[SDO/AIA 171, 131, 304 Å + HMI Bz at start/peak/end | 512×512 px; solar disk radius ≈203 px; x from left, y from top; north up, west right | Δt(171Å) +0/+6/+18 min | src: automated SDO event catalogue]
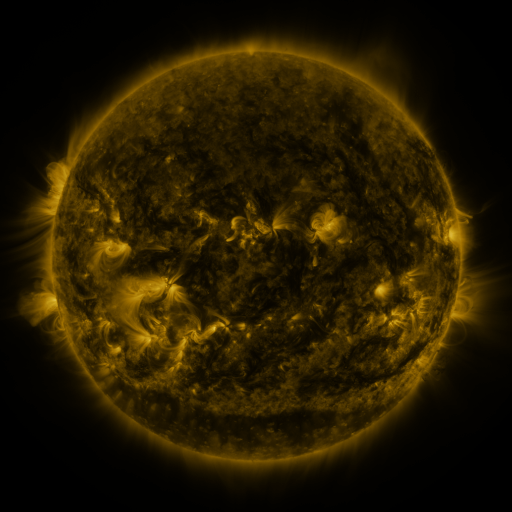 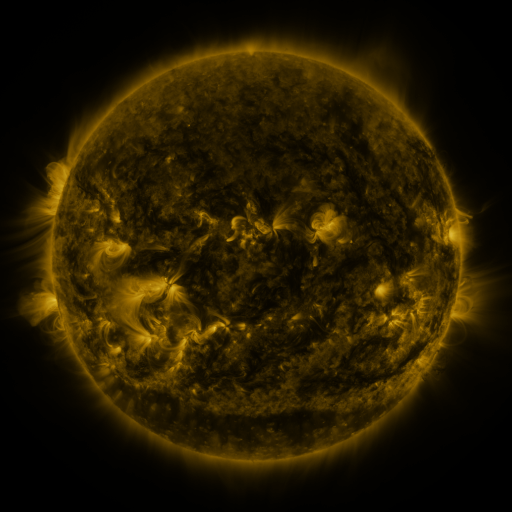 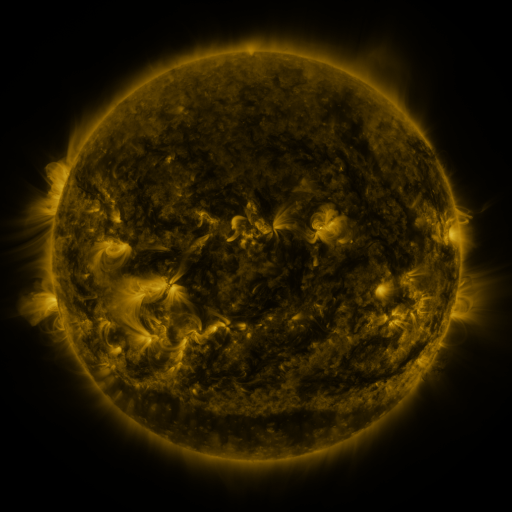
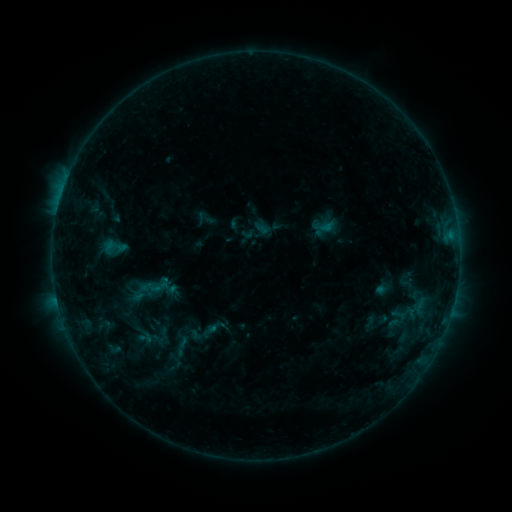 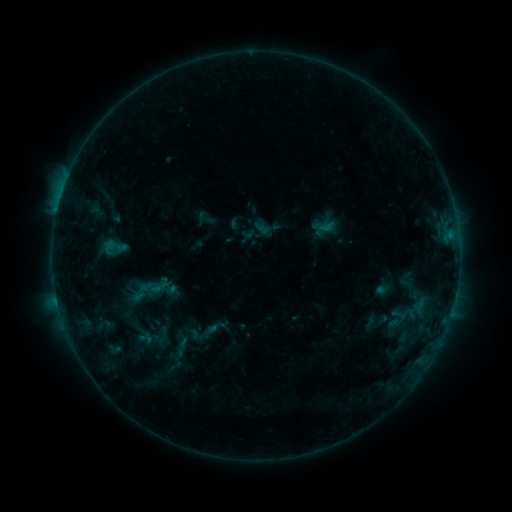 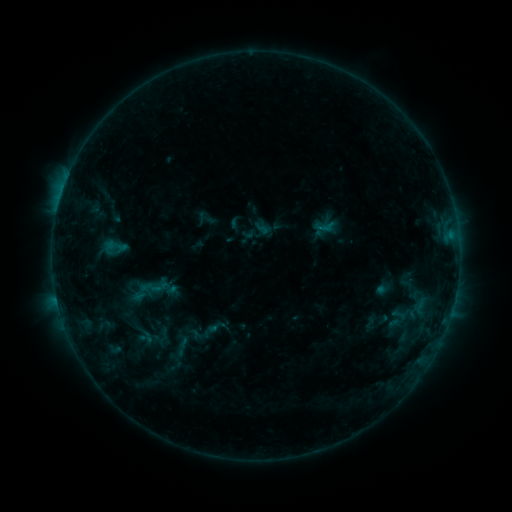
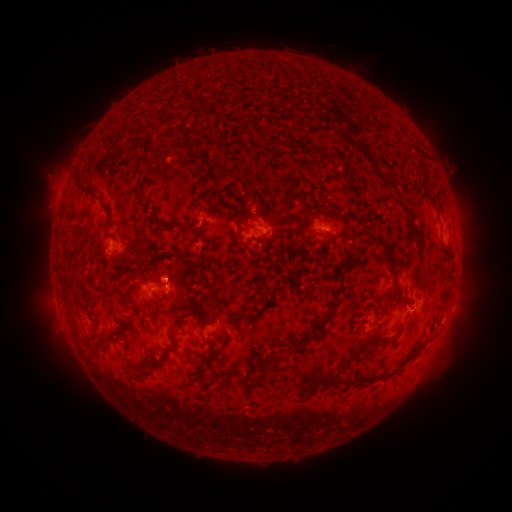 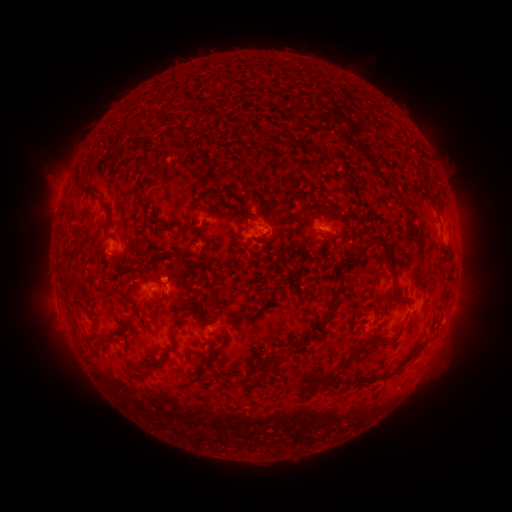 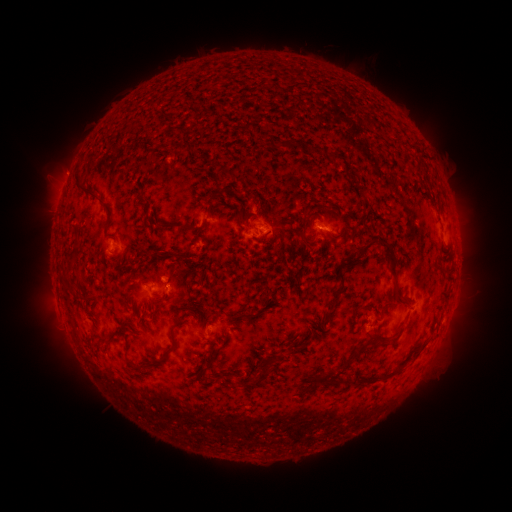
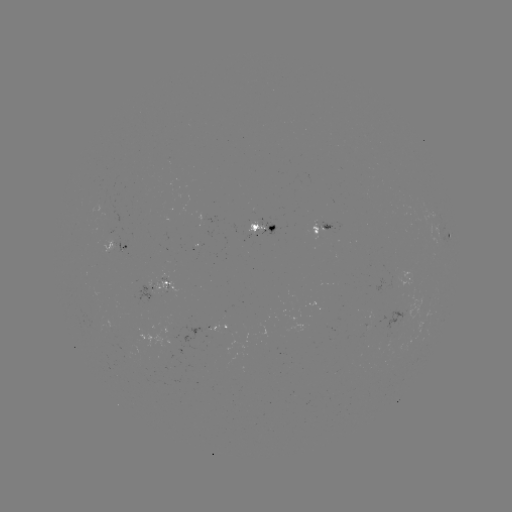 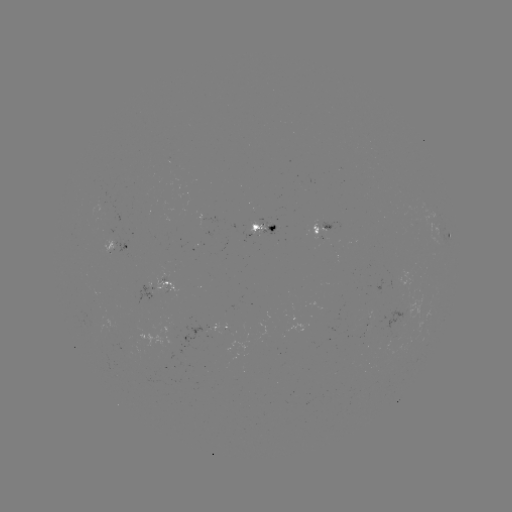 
no catalogued flare and no flagged EUV brightening in this window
